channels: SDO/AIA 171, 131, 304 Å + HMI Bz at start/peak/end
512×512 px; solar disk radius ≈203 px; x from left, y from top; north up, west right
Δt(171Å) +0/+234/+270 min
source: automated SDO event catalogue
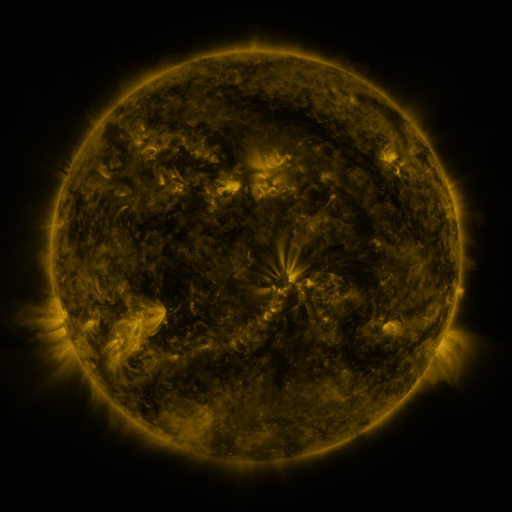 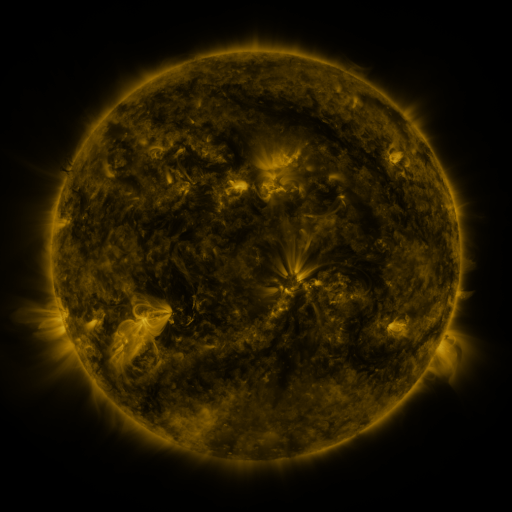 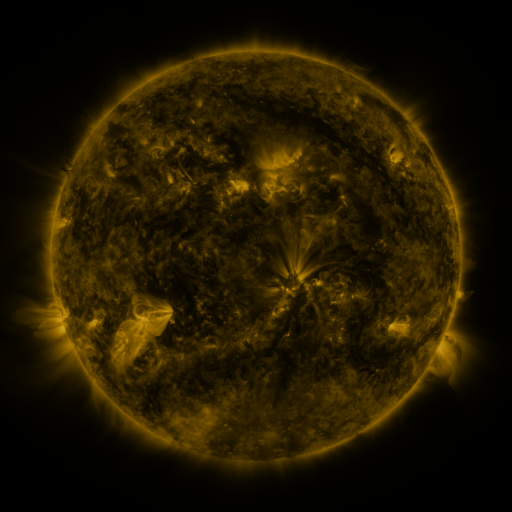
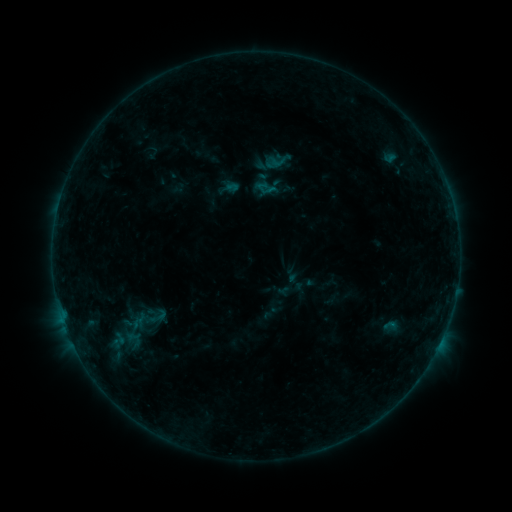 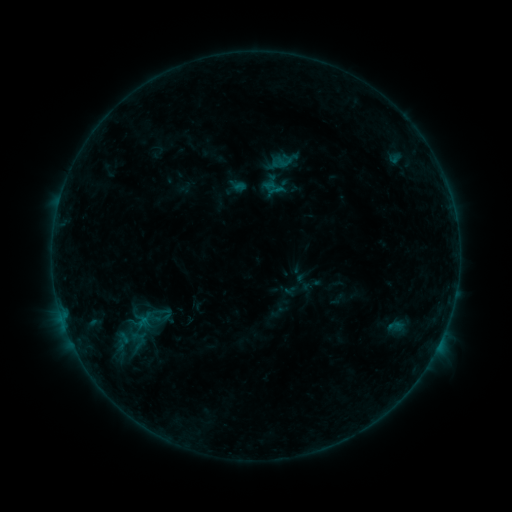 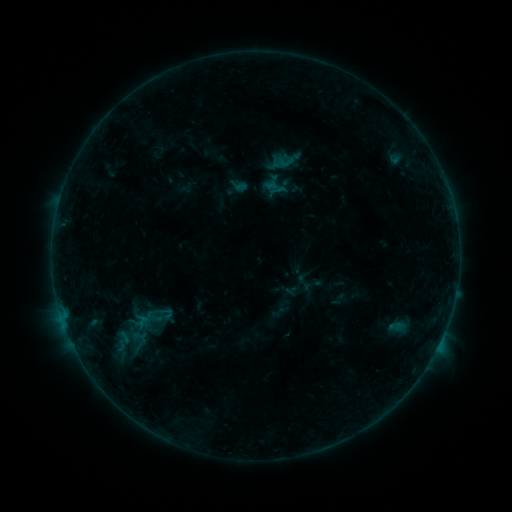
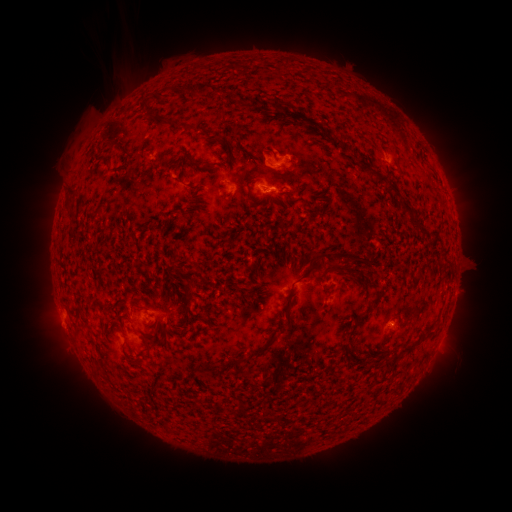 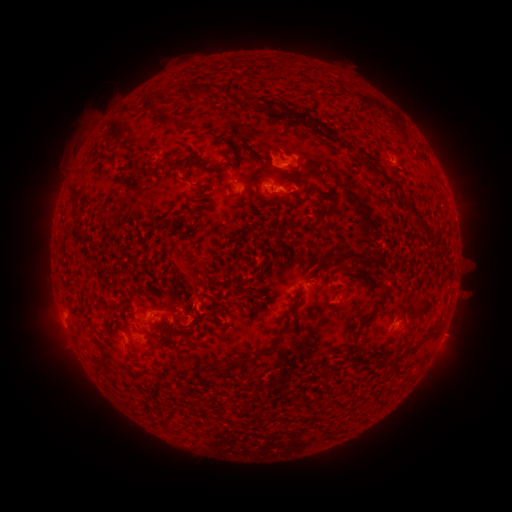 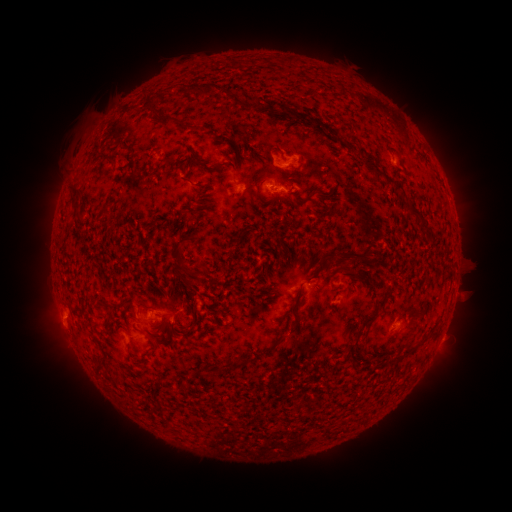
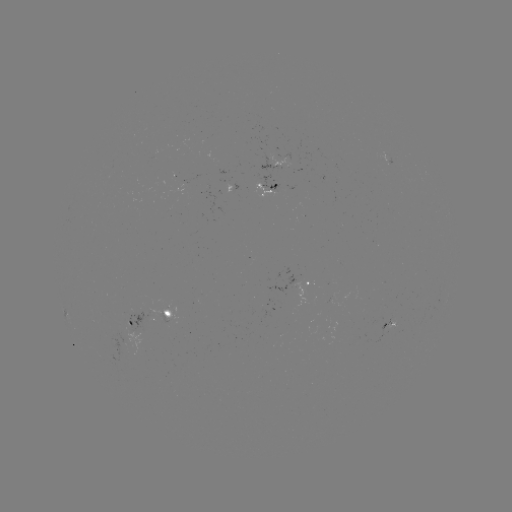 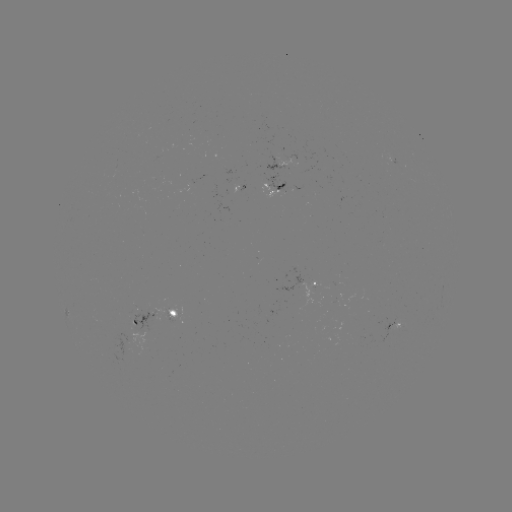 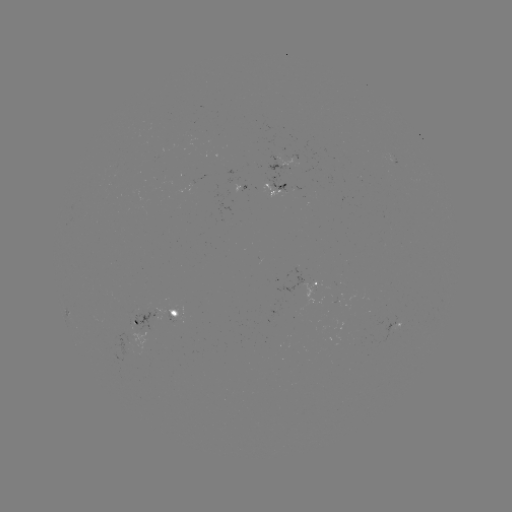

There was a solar emerging-flux region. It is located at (167, 318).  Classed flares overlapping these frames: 2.